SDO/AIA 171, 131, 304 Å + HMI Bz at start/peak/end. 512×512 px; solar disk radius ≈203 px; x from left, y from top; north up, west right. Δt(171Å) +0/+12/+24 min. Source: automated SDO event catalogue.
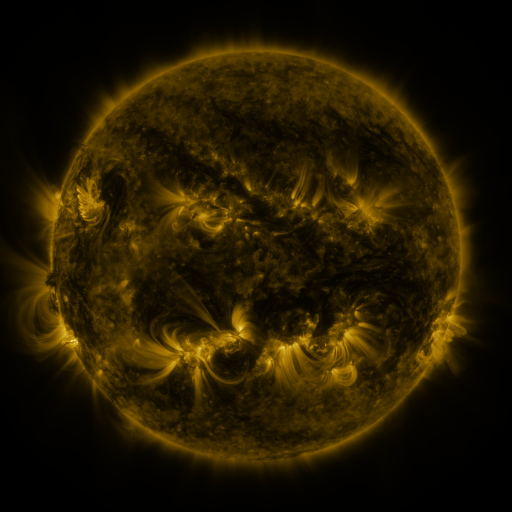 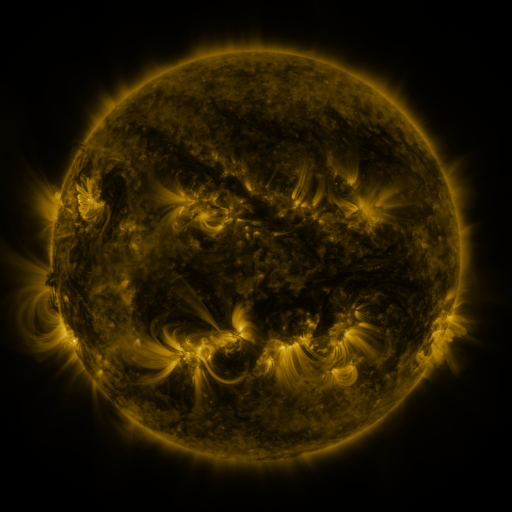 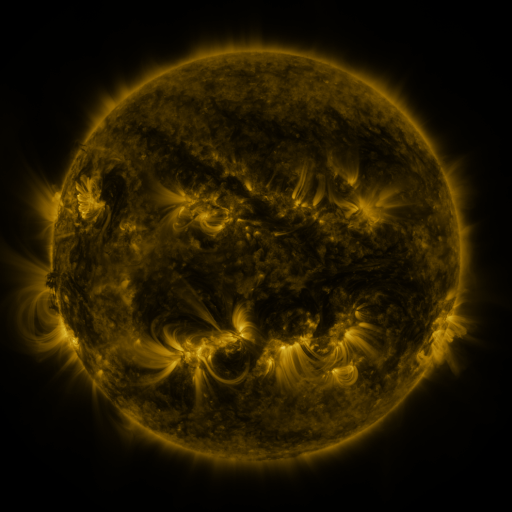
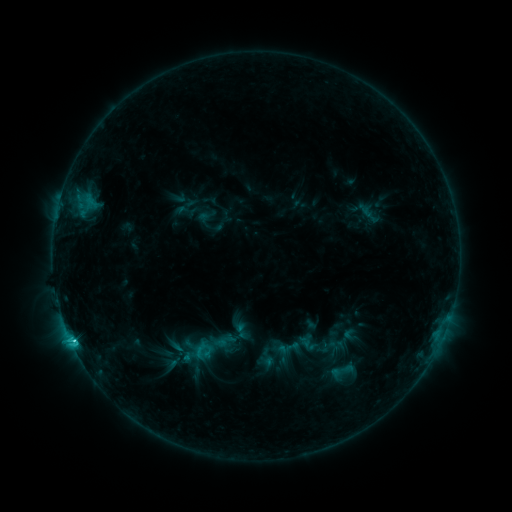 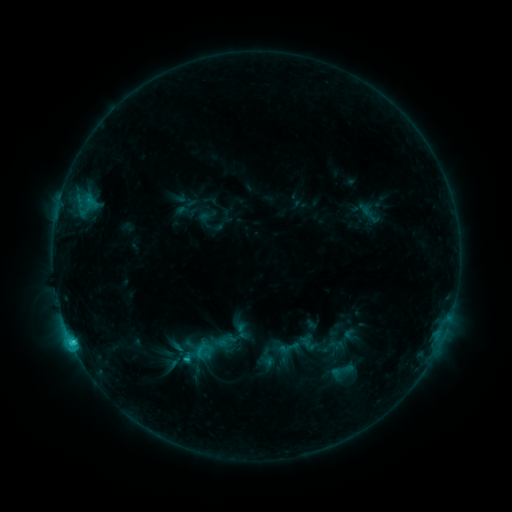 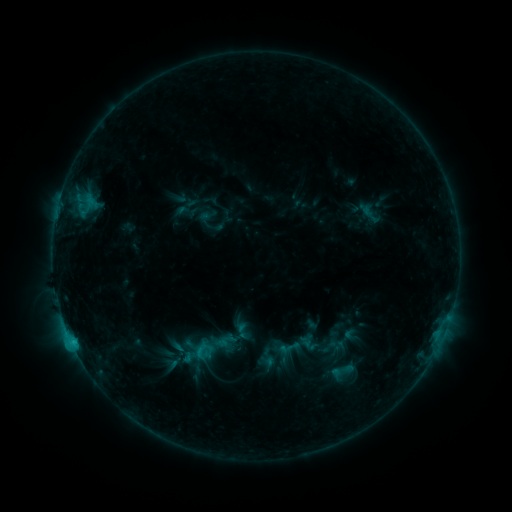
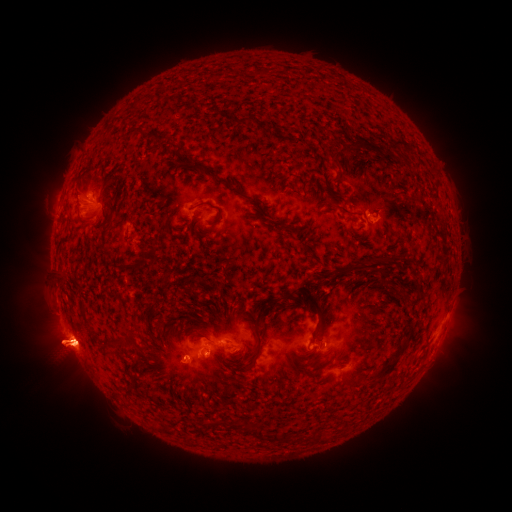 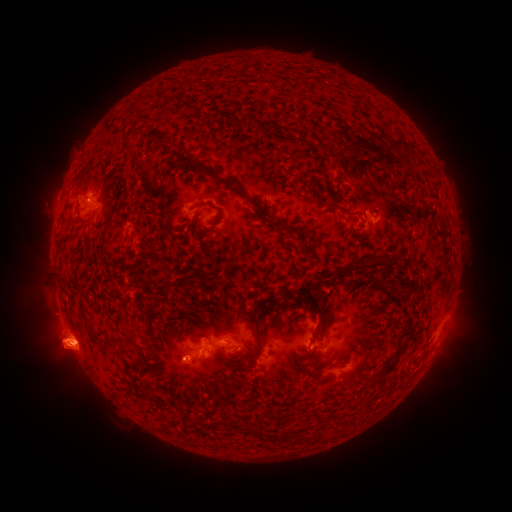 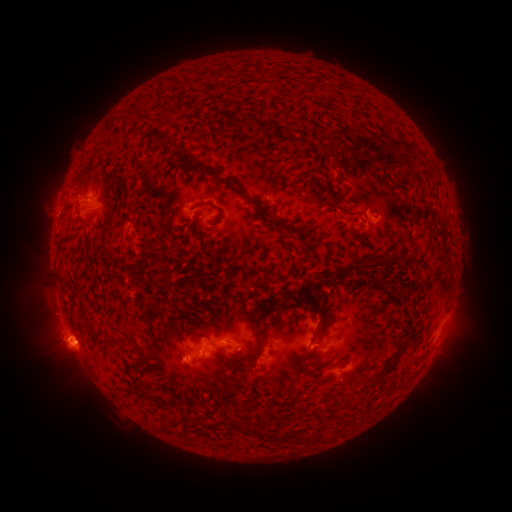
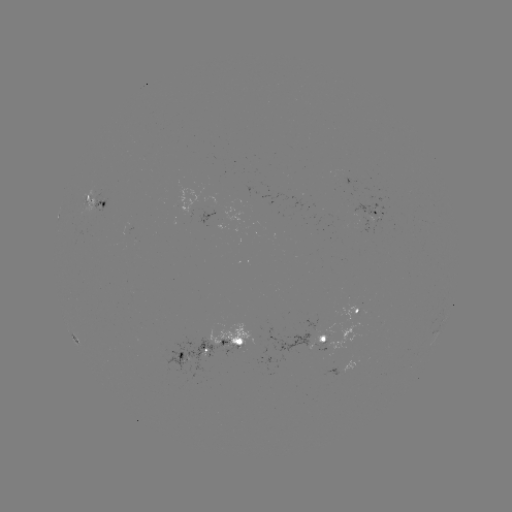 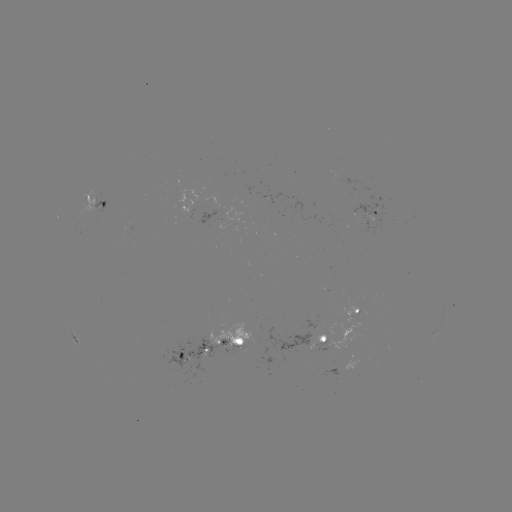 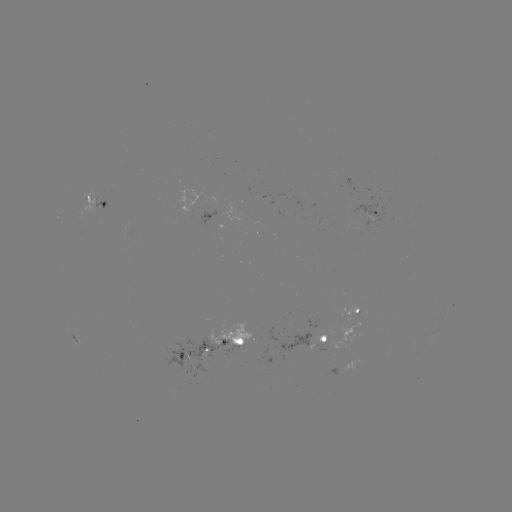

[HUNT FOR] eruption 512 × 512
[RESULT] (66, 347)